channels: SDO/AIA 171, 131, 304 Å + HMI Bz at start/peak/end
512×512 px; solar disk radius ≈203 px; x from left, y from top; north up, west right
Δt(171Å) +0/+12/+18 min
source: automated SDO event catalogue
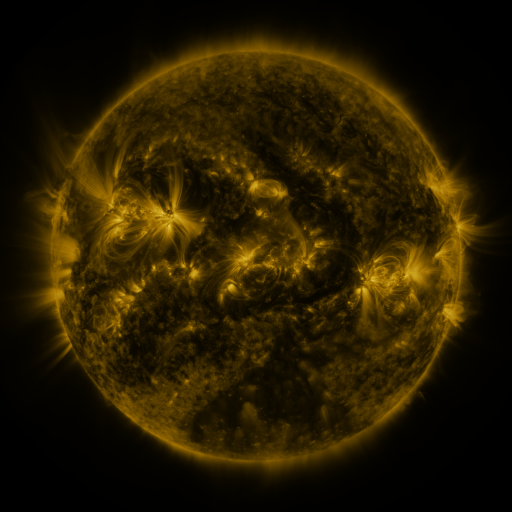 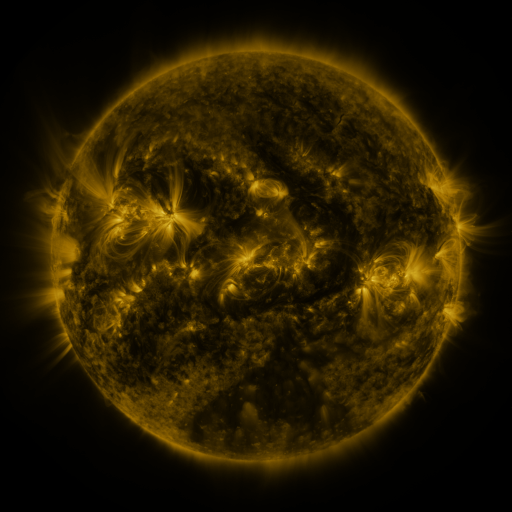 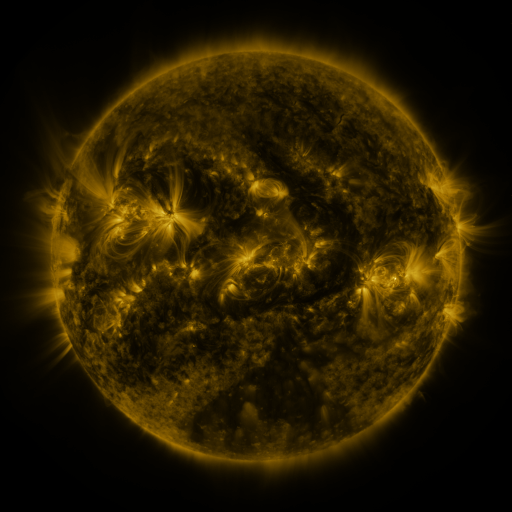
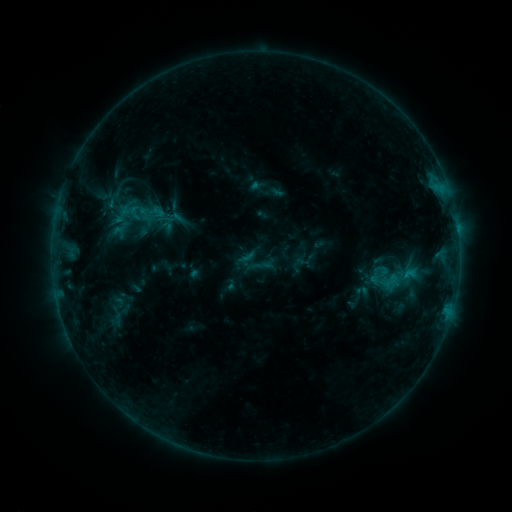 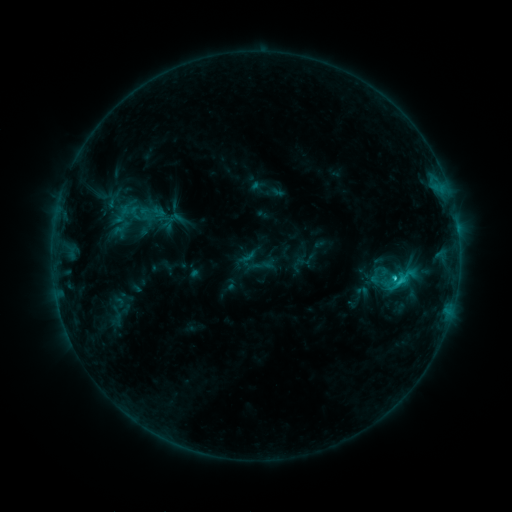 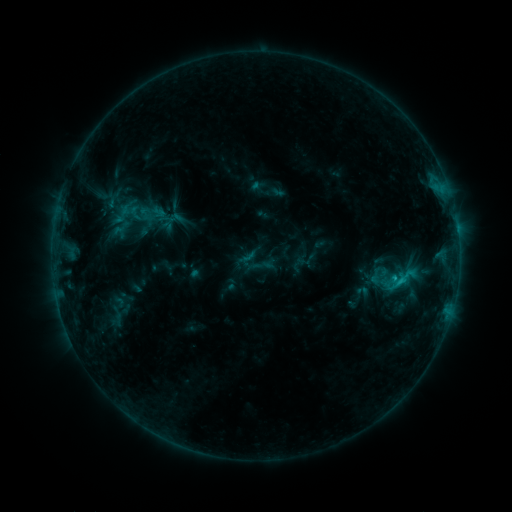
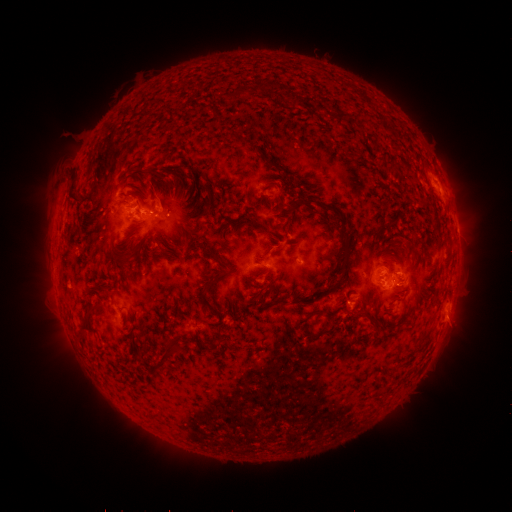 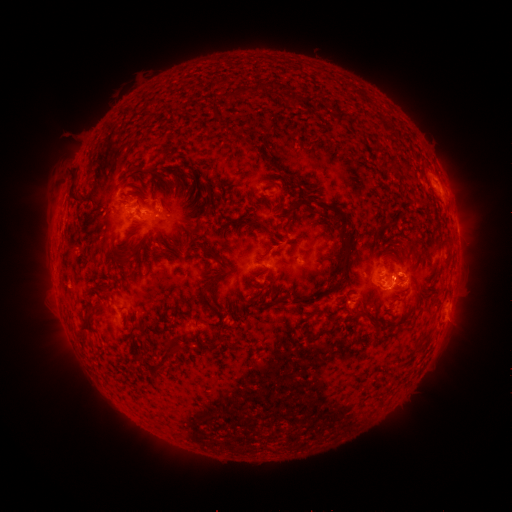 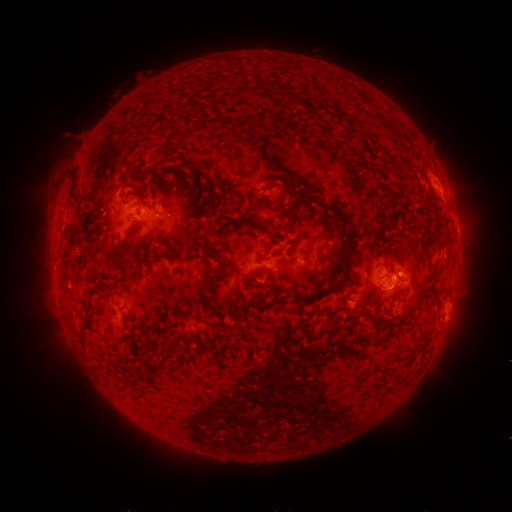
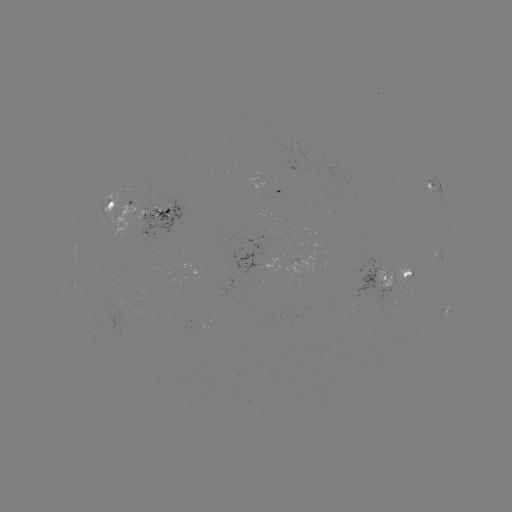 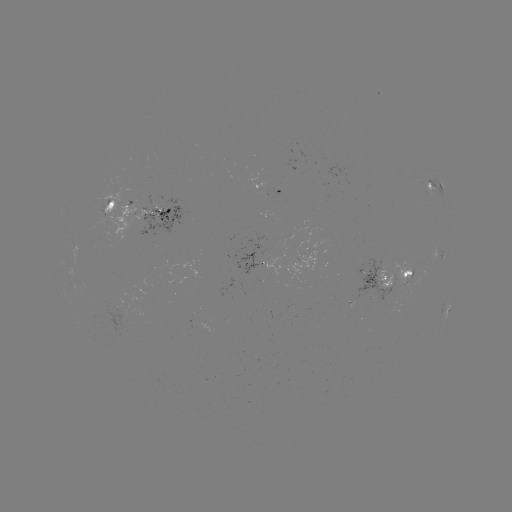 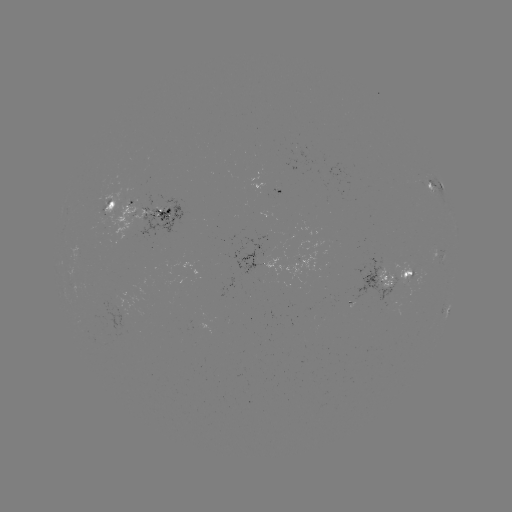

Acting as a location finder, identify C1.7 flare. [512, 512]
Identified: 392,275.